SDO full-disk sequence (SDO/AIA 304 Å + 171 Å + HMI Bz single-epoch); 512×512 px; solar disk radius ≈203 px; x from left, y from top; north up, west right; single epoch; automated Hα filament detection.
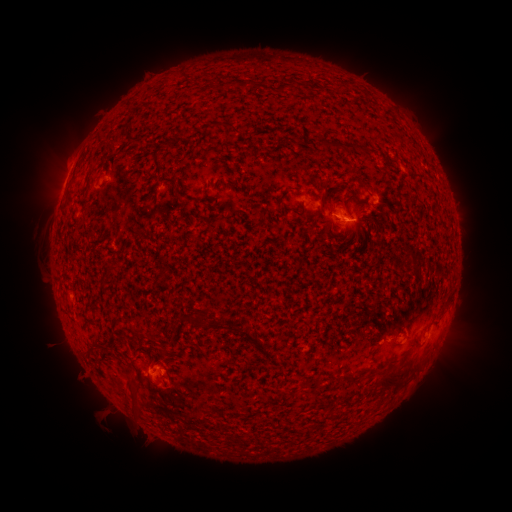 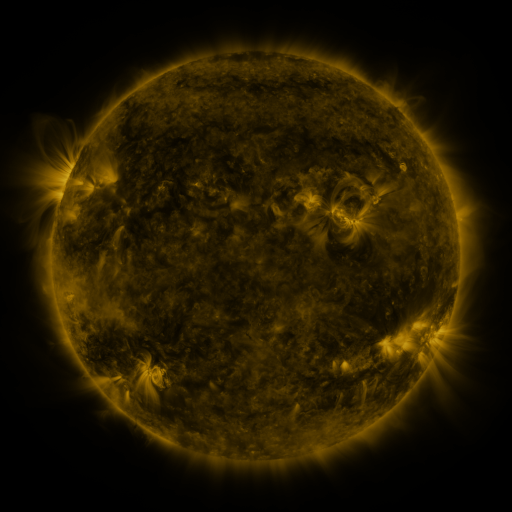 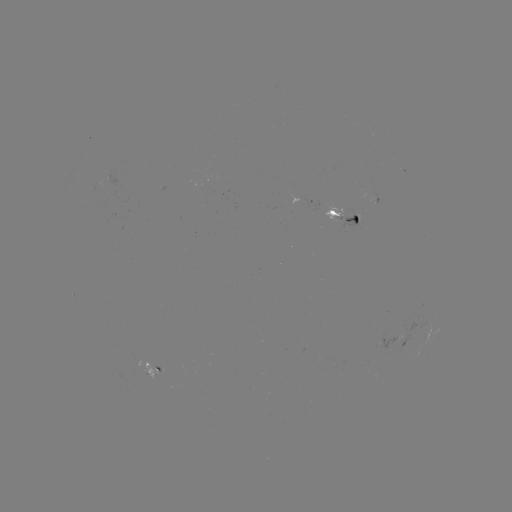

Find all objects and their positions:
filament: <bbox>217, 80, 252, 91</bbox>
filament: <bbox>275, 84, 286, 94</bbox>
filament: <bbox>215, 121, 234, 130</bbox>
filament: <bbox>164, 135, 180, 147</bbox>
filament: <bbox>321, 140, 377, 156</bbox>
filament: <bbox>153, 156, 163, 174</bbox>
filament: <bbox>158, 175, 176, 185</bbox>
filament: <bbox>324, 183, 331, 193</bbox>
filament: <bbox>176, 189, 185, 198</bbox>
filament: <bbox>341, 193, 359, 224</bbox>
filament: <bbox>187, 318, 197, 326</bbox>
filament: <bbox>231, 323, 260, 347</bbox>
filament: <bbox>130, 327, 156, 343</bbox>
filament: <bbox>119, 332, 127, 342</bbox>
filament: <bbox>87, 340, 111, 353</bbox>
filament: <bbox>375, 366, 412, 390</bbox>
filament: <bbox>345, 372, 359, 380</bbox>
filament: <bbox>130, 381, 140, 407</bbox>
